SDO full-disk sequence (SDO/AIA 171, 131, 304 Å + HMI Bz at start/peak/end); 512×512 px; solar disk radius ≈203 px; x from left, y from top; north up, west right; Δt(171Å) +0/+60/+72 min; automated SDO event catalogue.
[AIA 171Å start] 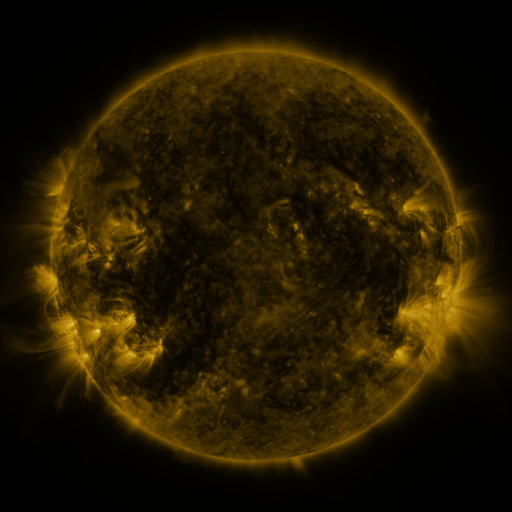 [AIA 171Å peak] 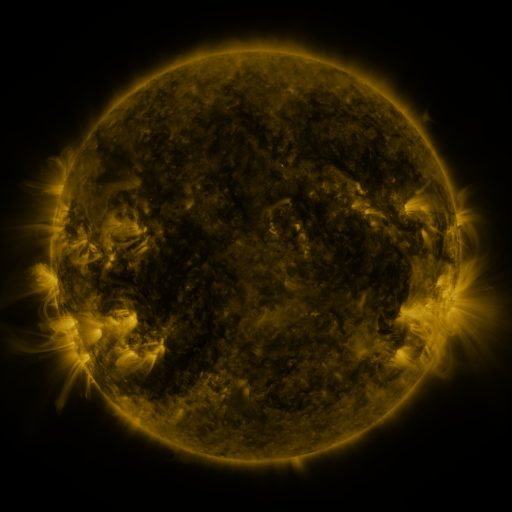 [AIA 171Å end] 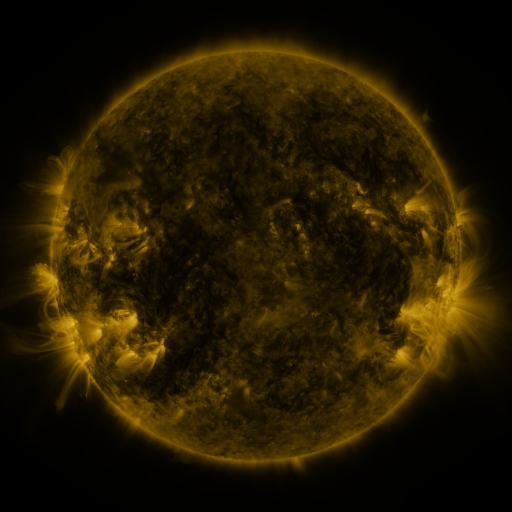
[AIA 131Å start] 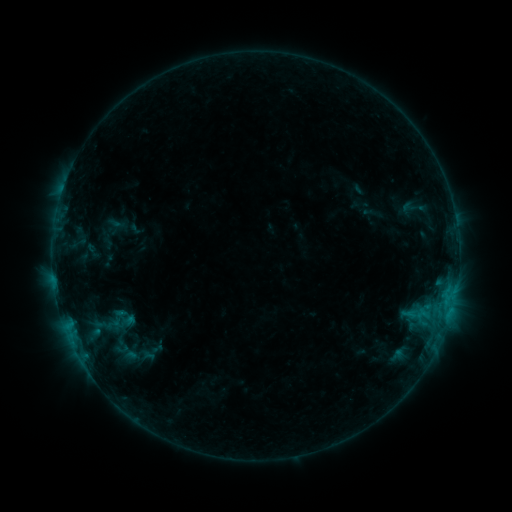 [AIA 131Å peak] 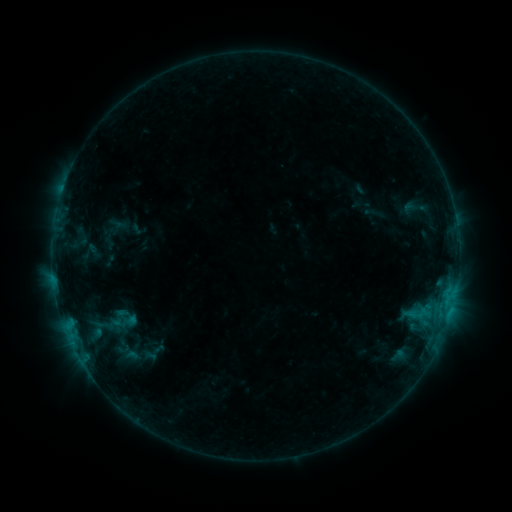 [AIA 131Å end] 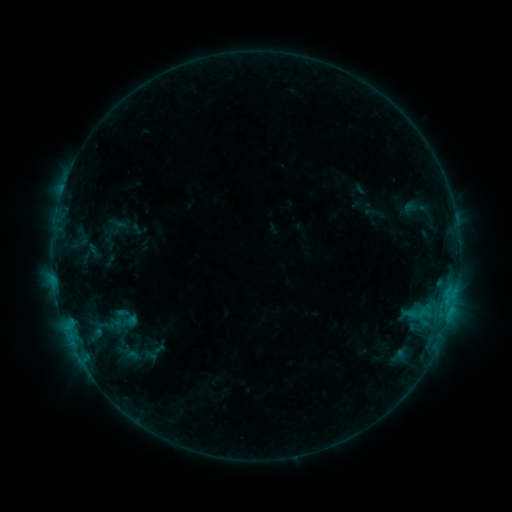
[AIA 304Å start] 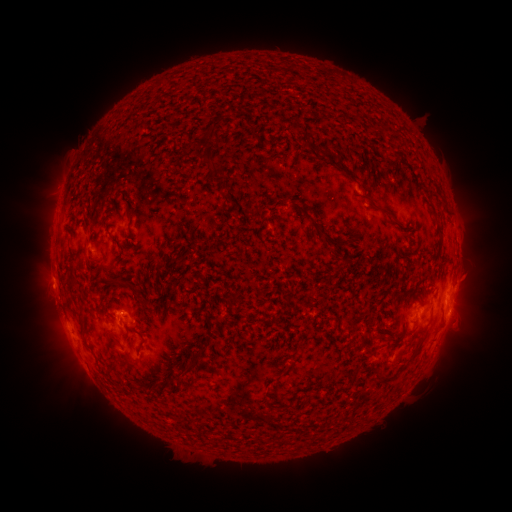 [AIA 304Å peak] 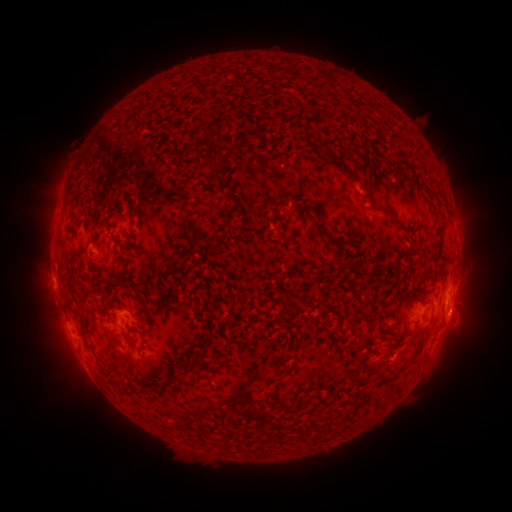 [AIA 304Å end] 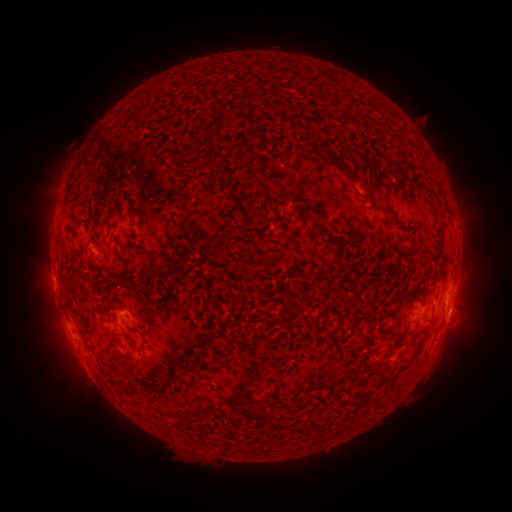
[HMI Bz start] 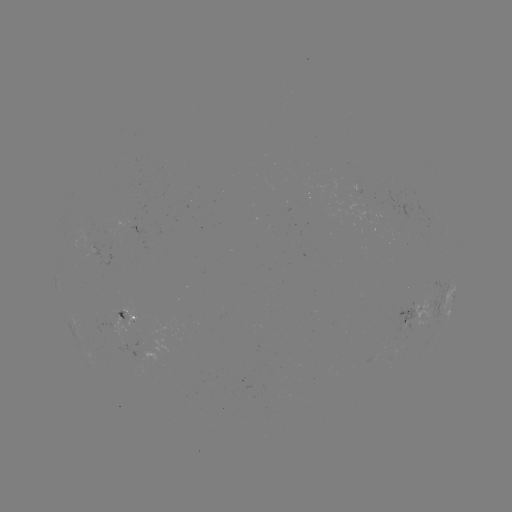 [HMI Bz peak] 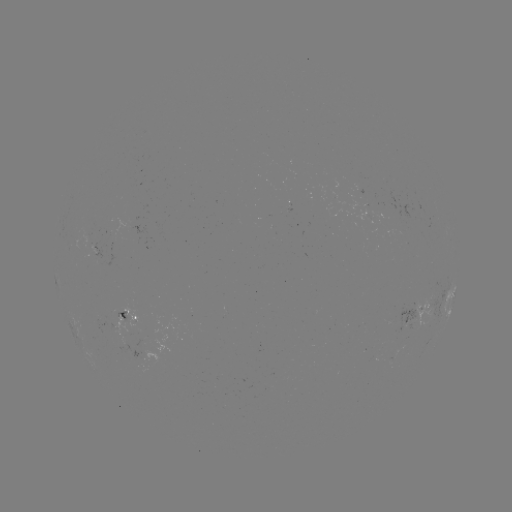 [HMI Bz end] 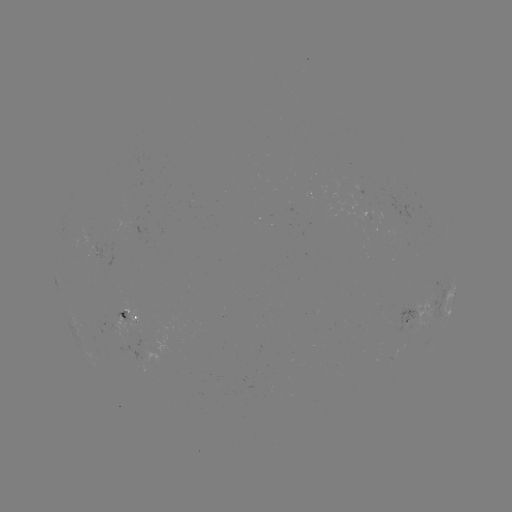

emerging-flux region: (108, 303, 140, 327)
